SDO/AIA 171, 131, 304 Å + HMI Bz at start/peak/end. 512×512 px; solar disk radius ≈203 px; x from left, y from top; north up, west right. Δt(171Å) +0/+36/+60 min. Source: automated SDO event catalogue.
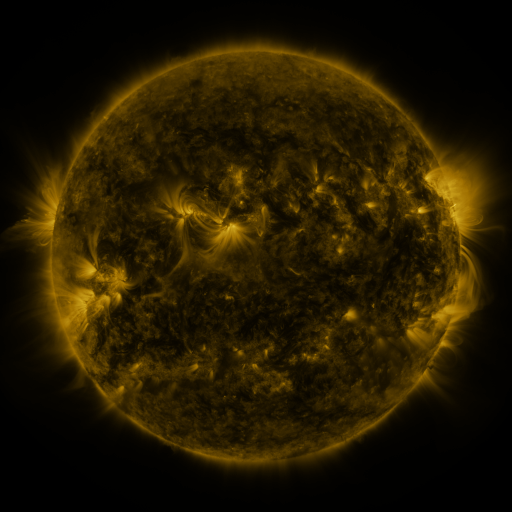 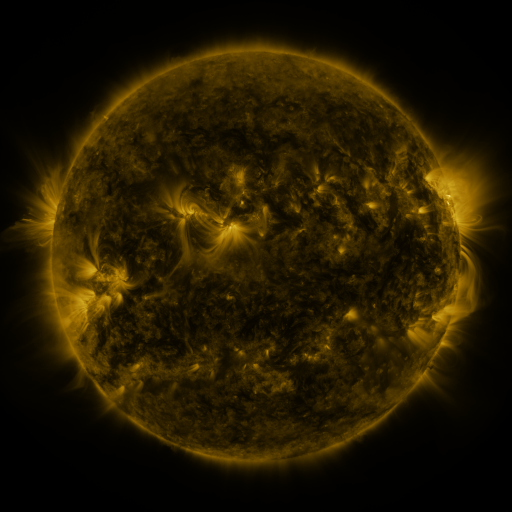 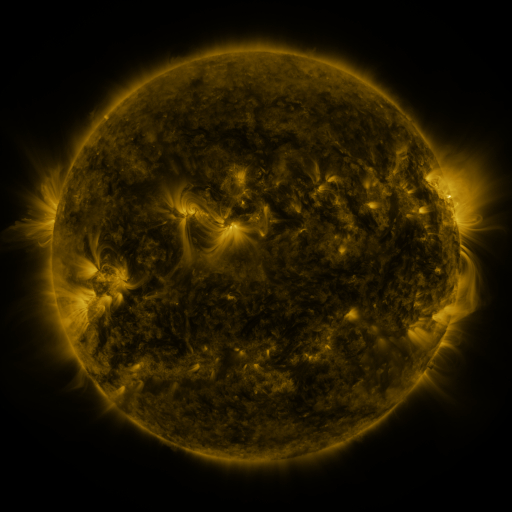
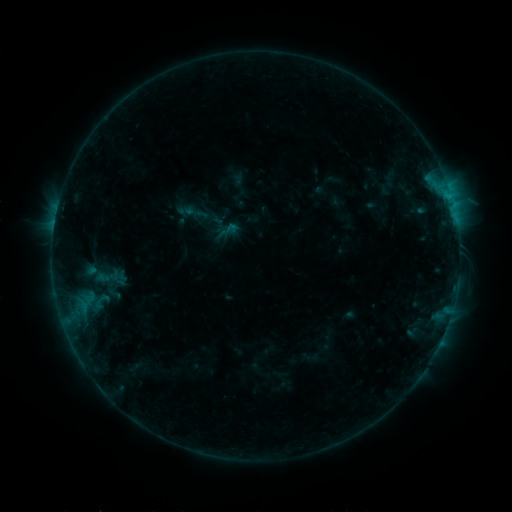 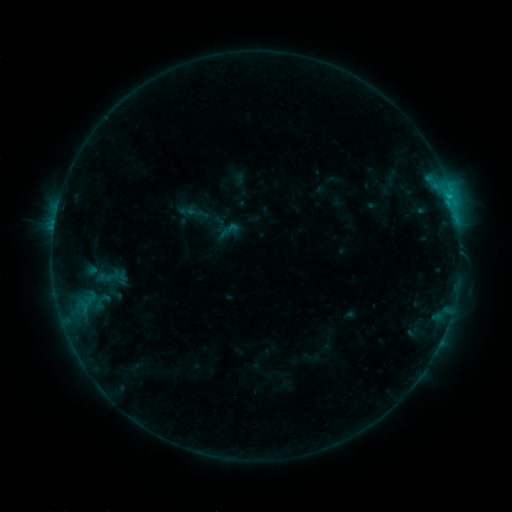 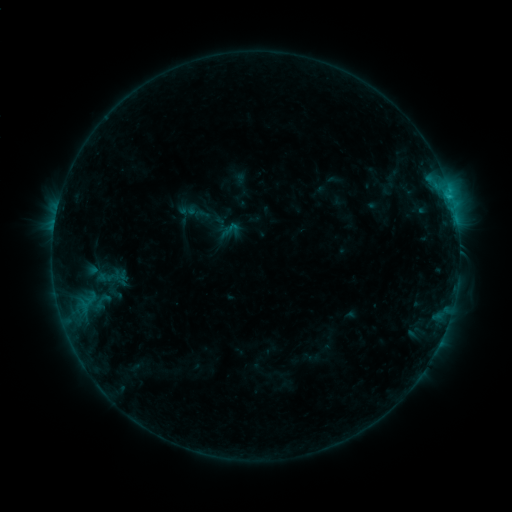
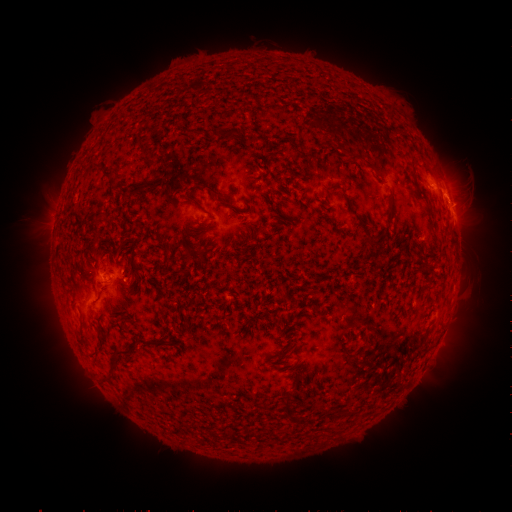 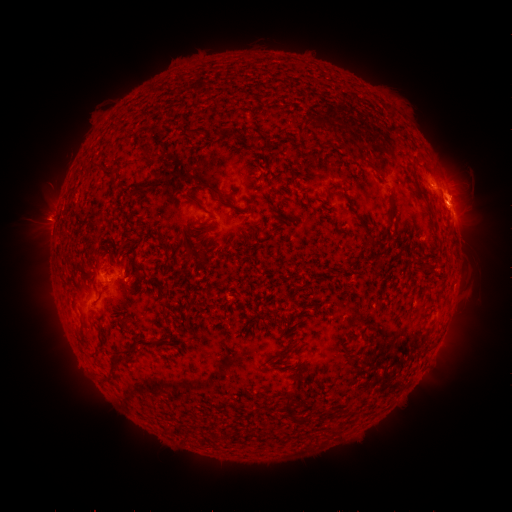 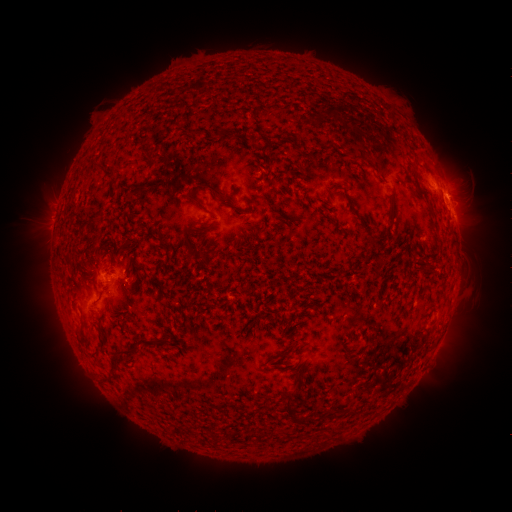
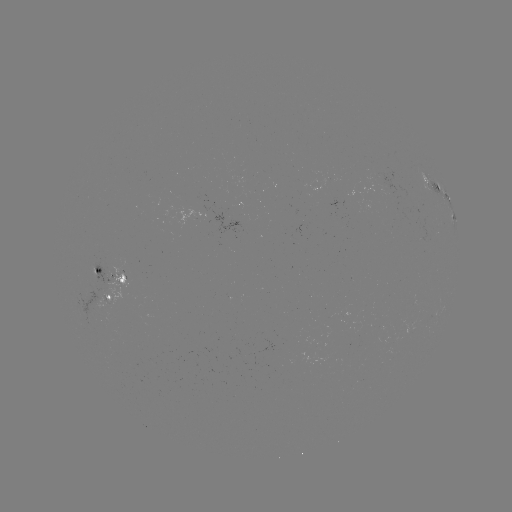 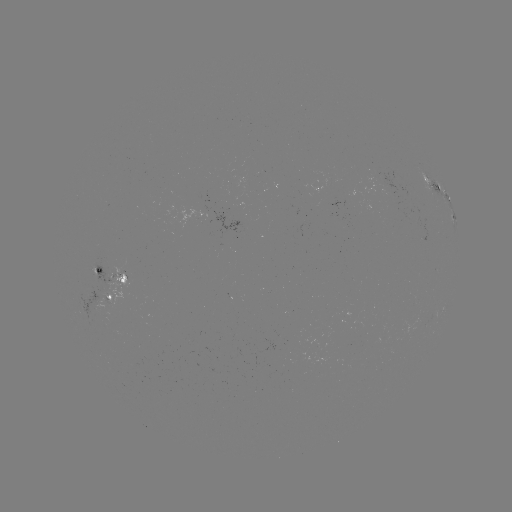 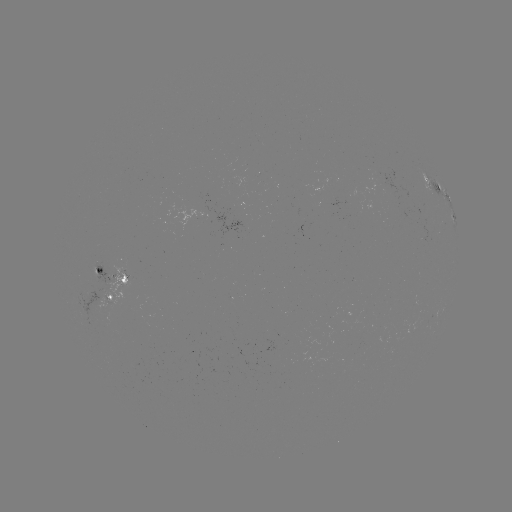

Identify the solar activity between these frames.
C1.4 flare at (450, 199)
